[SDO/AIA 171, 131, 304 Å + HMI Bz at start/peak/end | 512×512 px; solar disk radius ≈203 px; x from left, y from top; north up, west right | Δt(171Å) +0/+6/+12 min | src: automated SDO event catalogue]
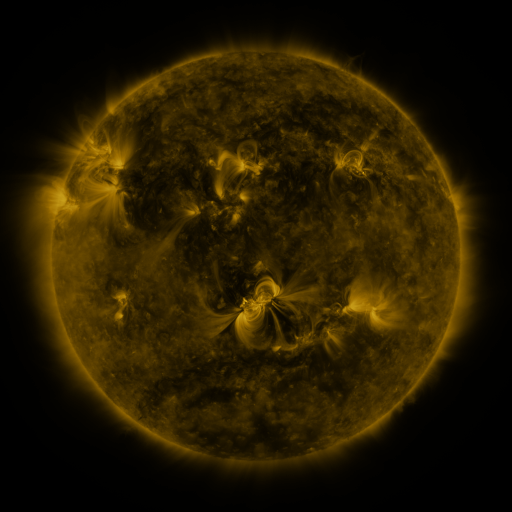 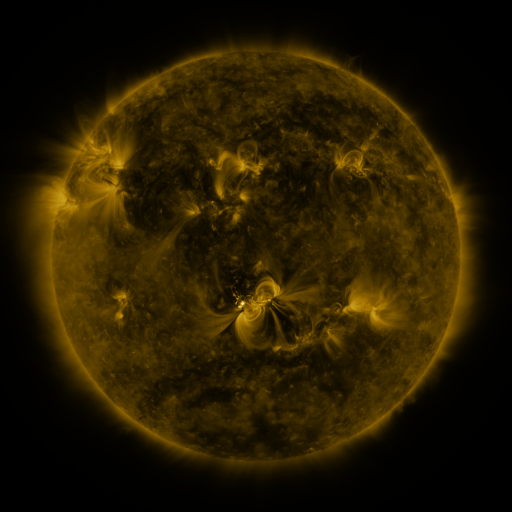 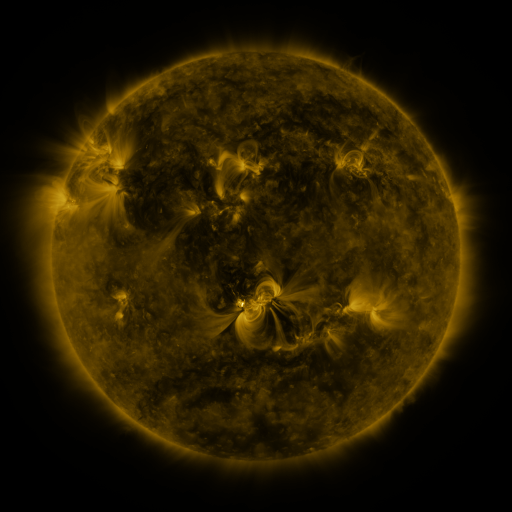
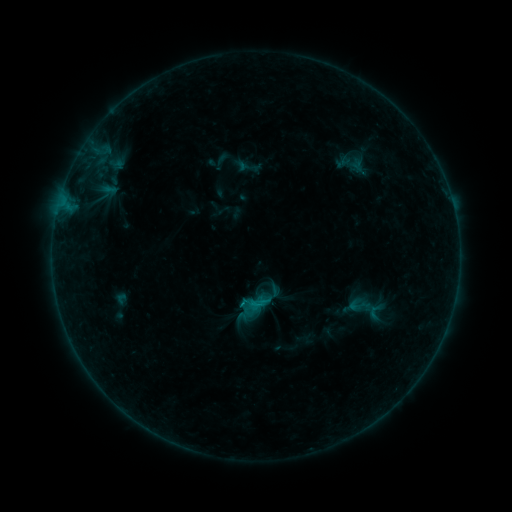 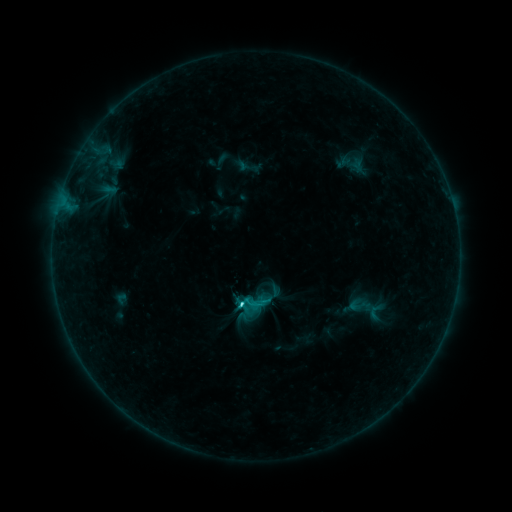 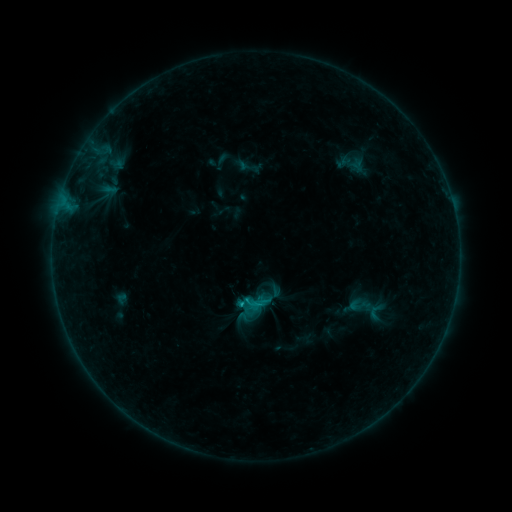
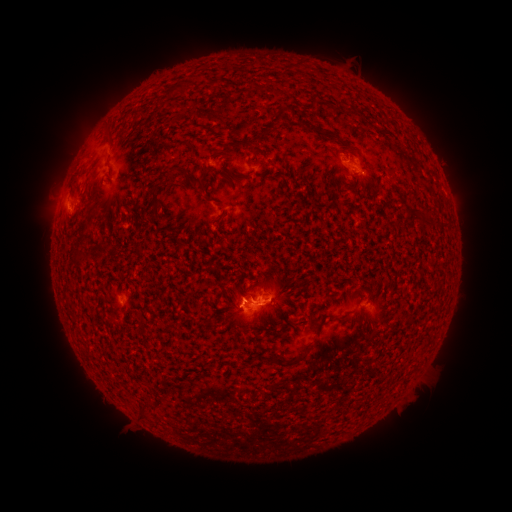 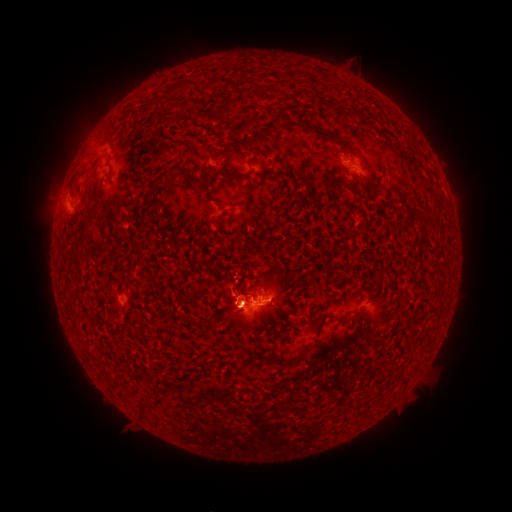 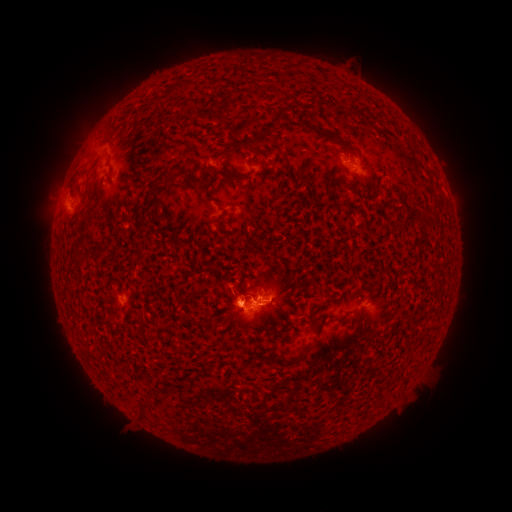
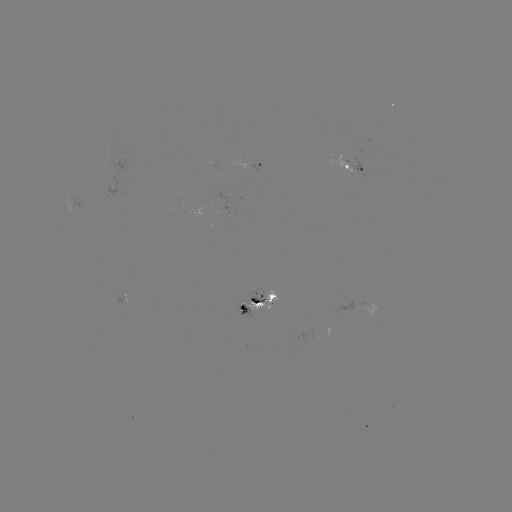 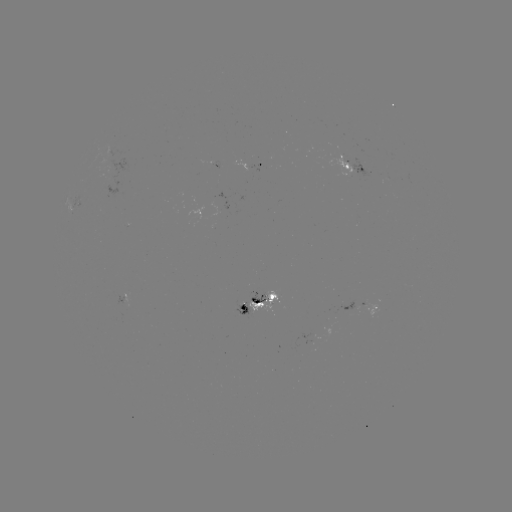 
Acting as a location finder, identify C1.6 flare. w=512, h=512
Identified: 242,302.